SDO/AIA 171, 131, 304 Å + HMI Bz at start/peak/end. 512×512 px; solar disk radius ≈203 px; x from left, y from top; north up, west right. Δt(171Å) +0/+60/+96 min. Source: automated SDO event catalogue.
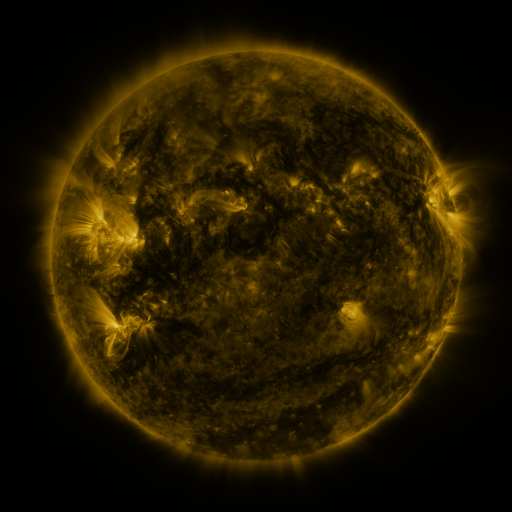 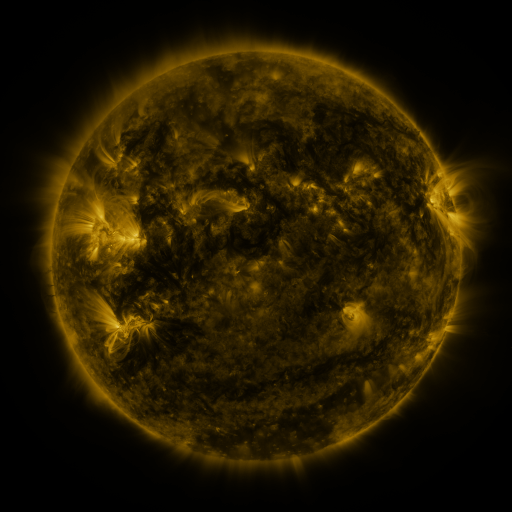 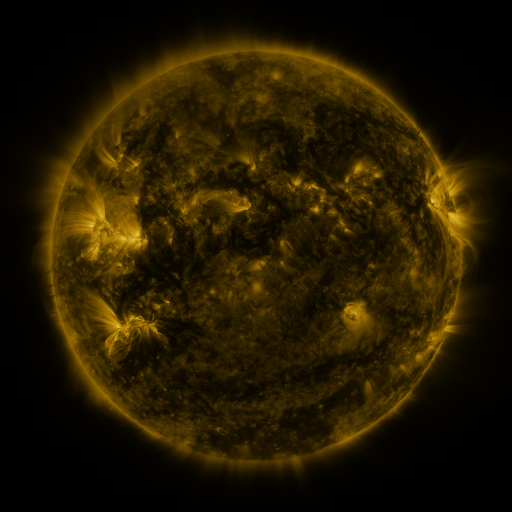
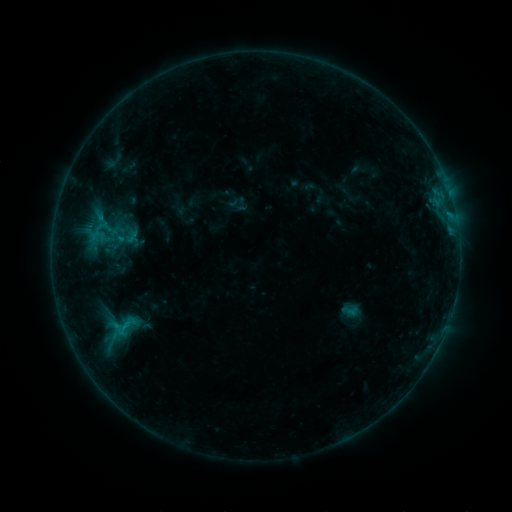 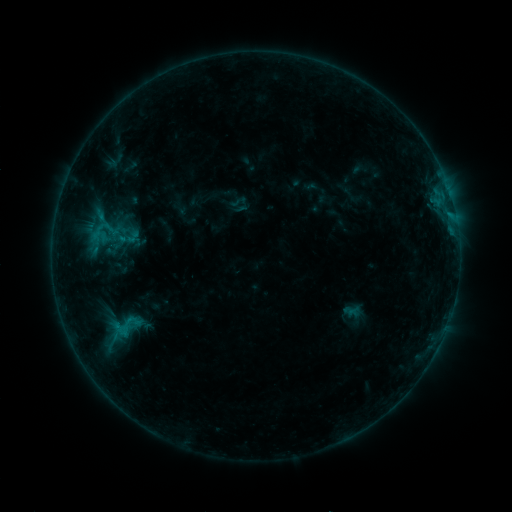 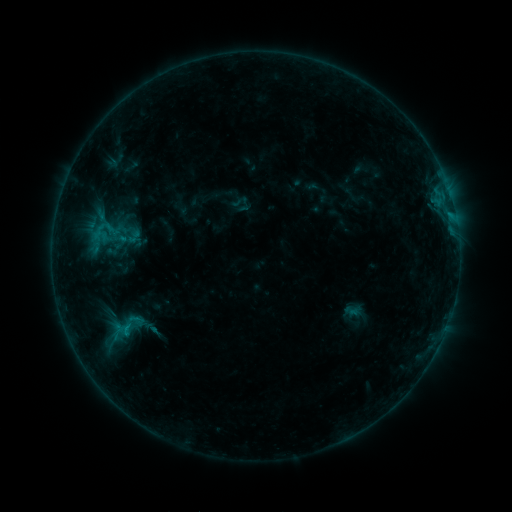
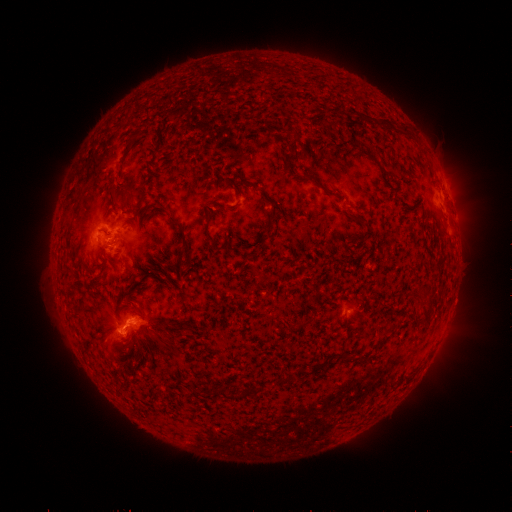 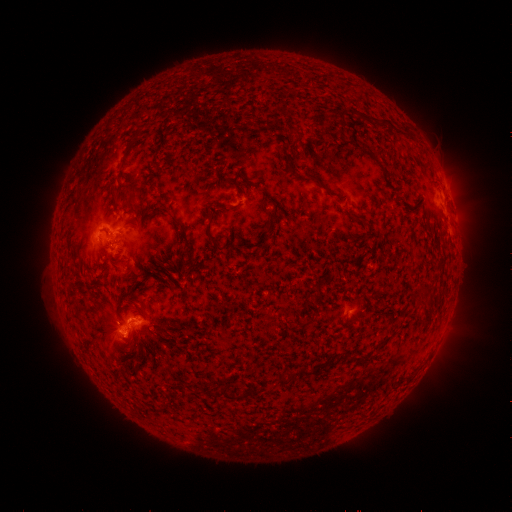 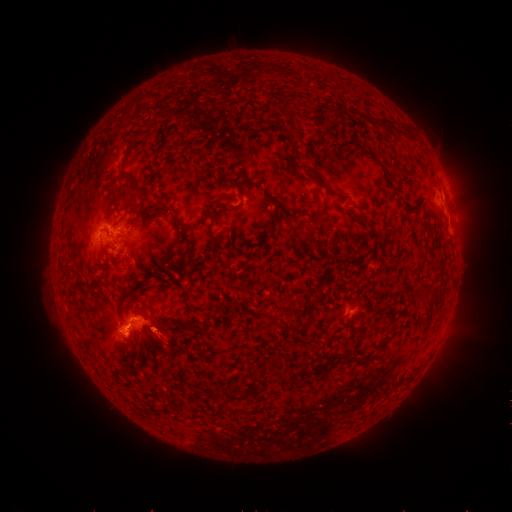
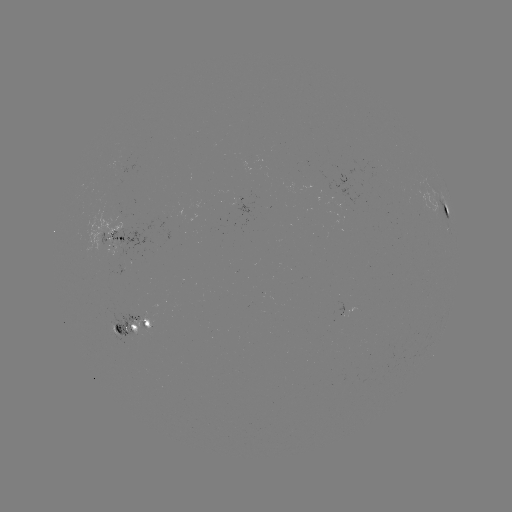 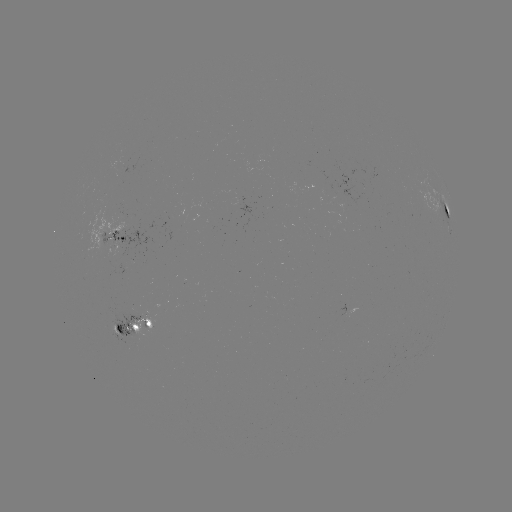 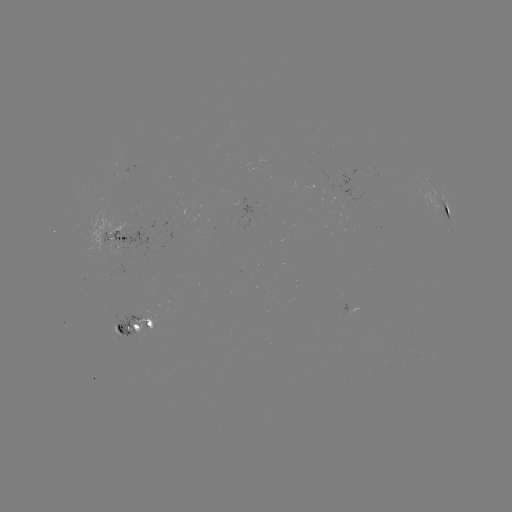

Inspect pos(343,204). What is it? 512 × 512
emerging-flux region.